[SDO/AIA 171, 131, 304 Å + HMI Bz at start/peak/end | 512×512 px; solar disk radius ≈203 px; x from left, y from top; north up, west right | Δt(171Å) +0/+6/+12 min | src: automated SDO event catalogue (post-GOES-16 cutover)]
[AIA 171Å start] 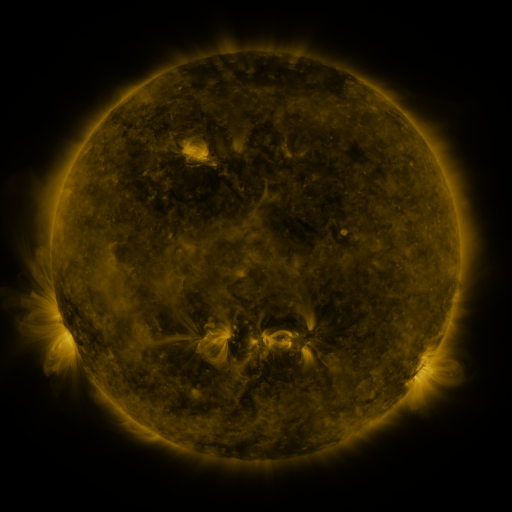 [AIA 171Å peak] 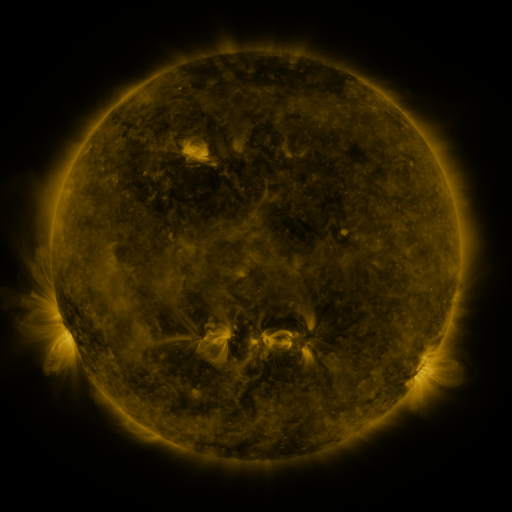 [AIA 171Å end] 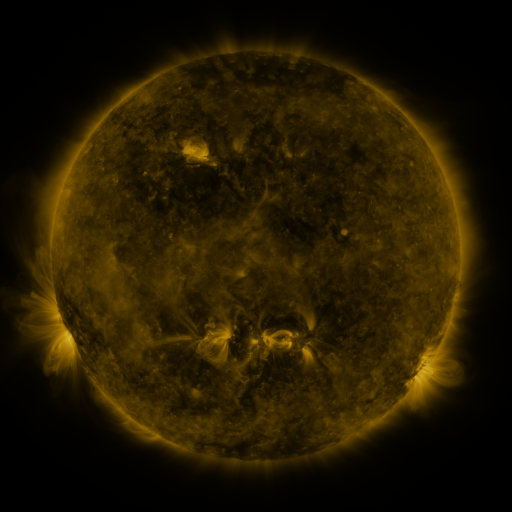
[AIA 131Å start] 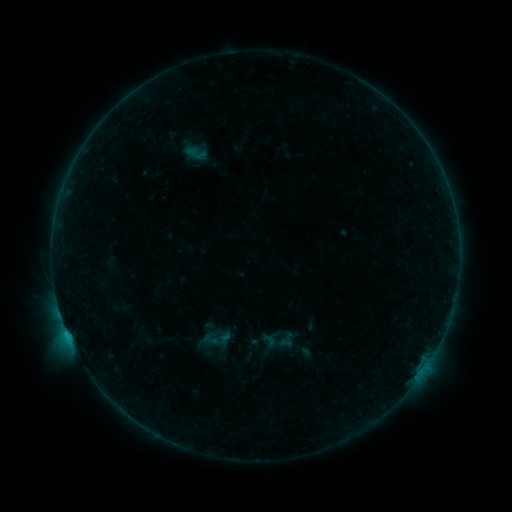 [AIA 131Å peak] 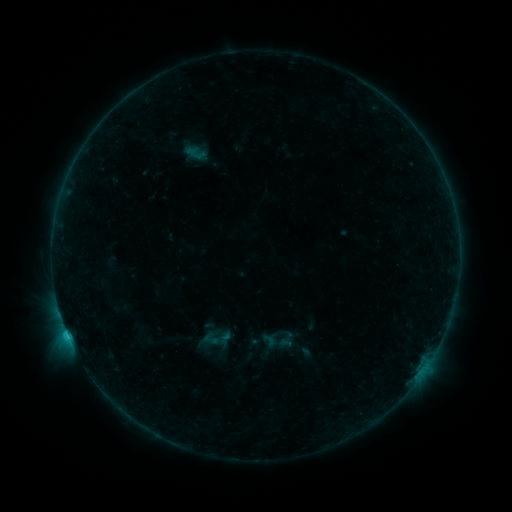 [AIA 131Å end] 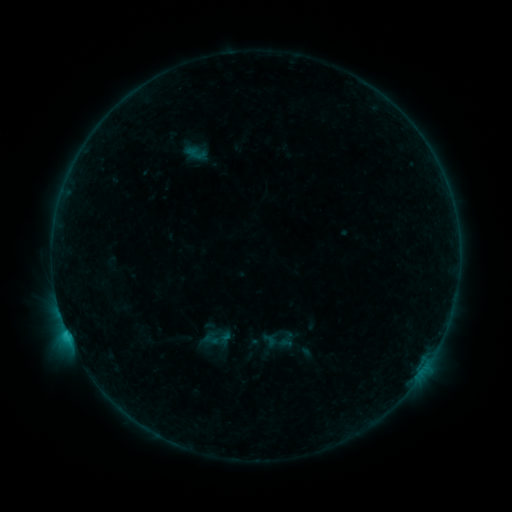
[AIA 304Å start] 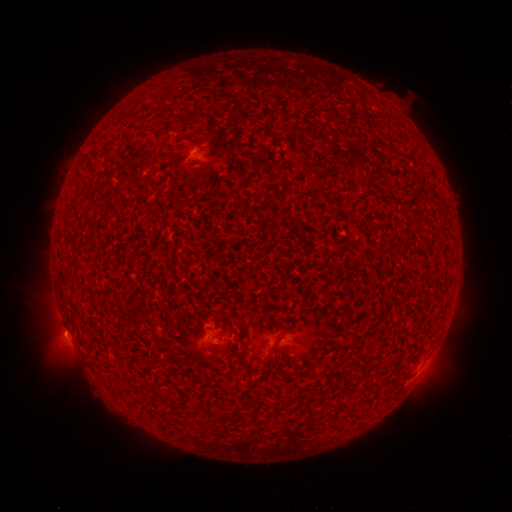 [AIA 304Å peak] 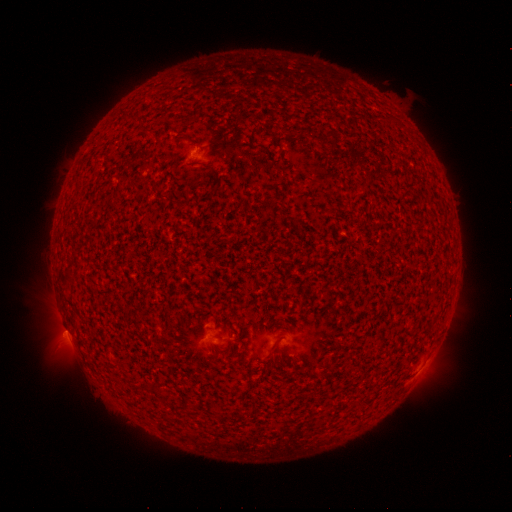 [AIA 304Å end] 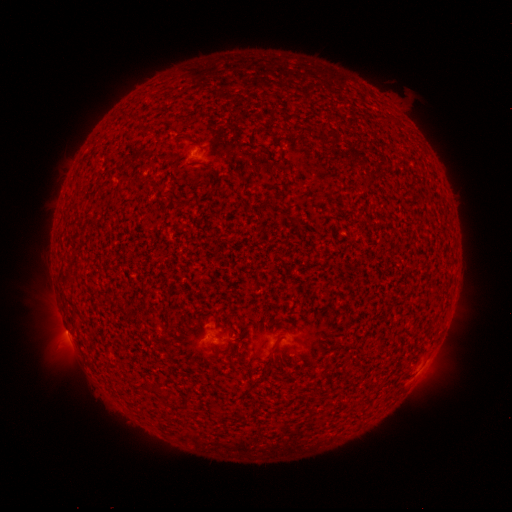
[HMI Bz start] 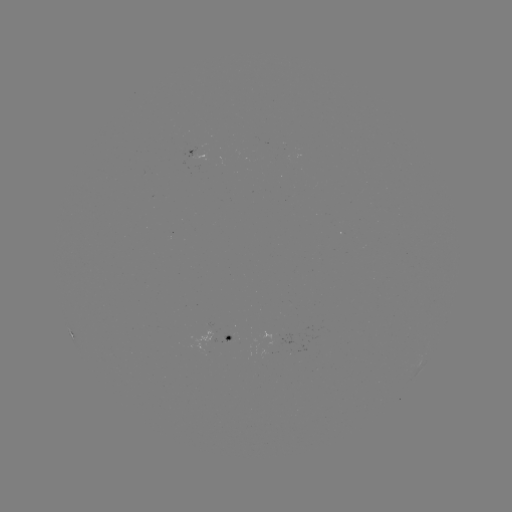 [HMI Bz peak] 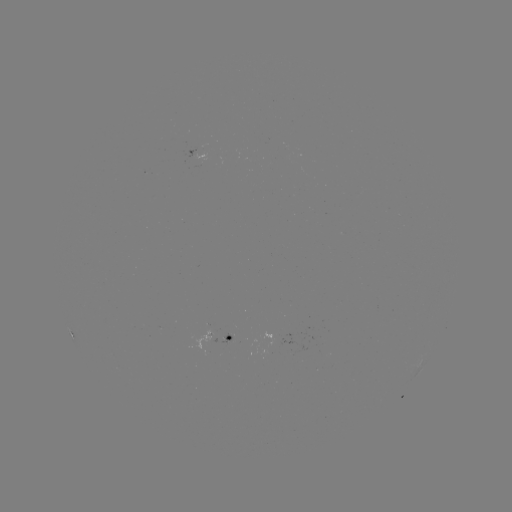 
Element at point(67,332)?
B9.4 flare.